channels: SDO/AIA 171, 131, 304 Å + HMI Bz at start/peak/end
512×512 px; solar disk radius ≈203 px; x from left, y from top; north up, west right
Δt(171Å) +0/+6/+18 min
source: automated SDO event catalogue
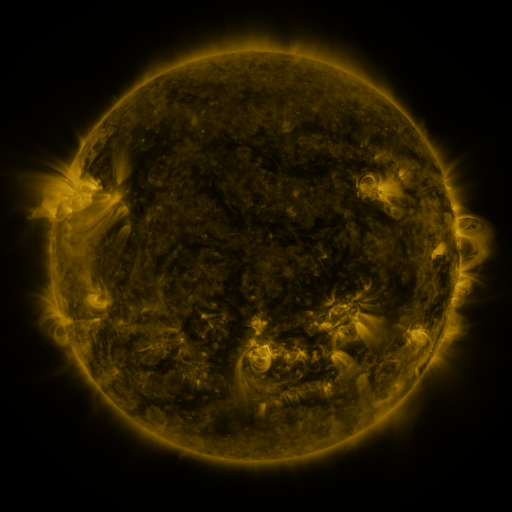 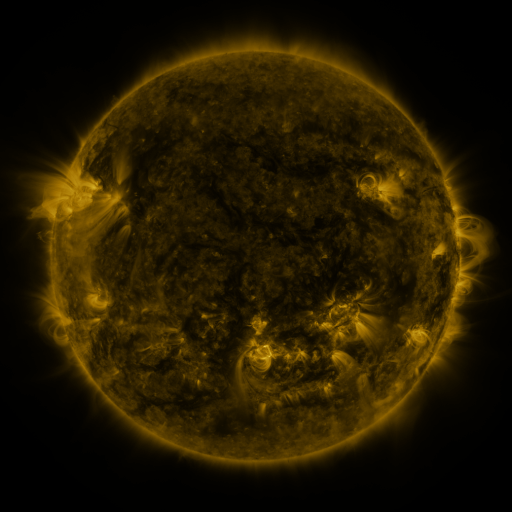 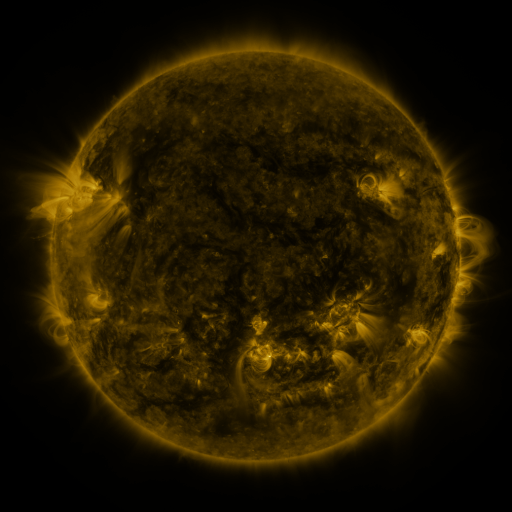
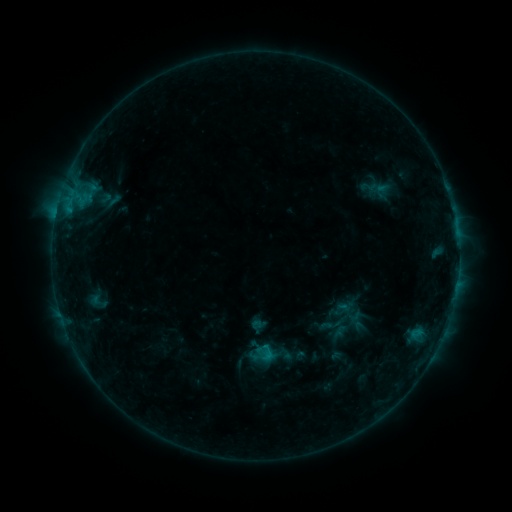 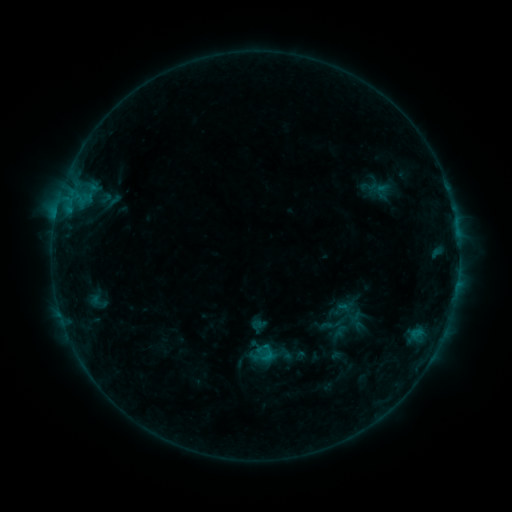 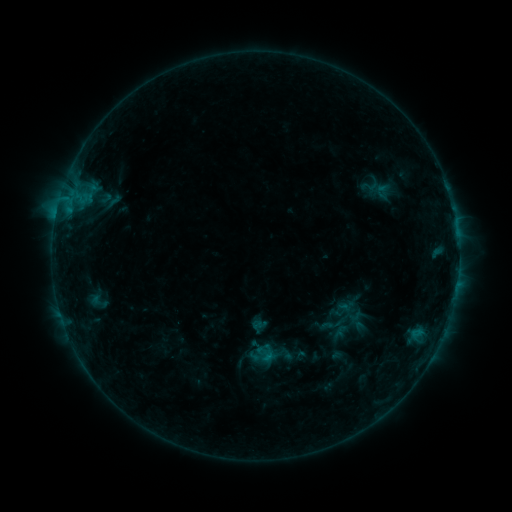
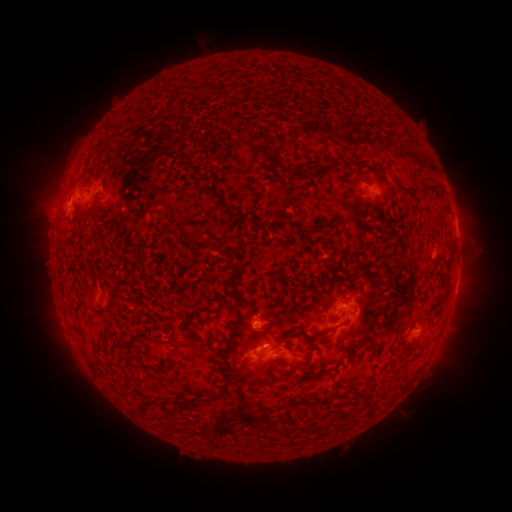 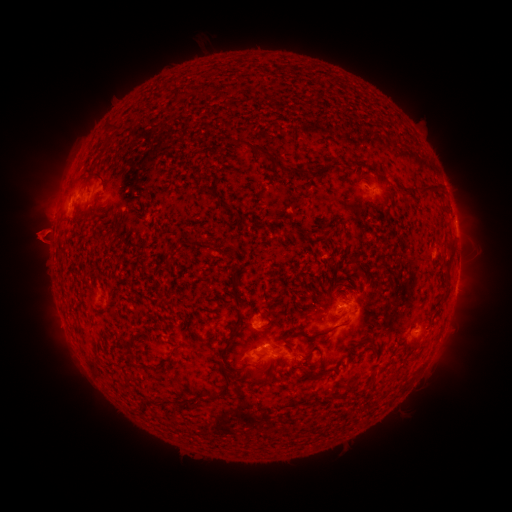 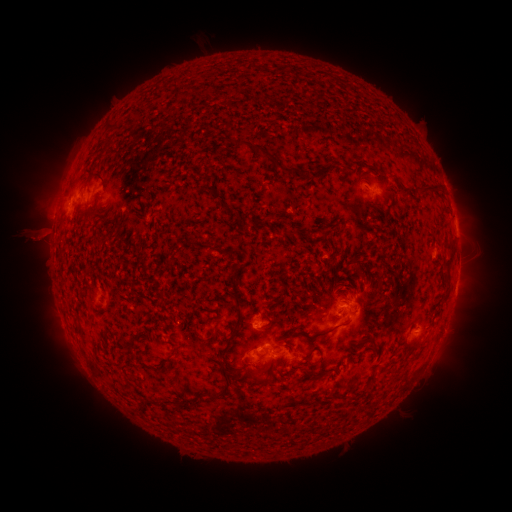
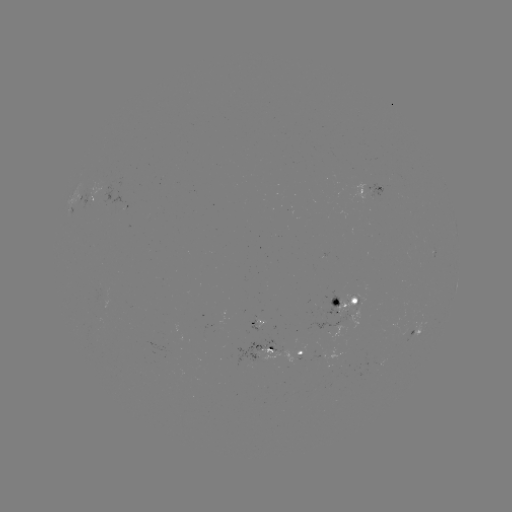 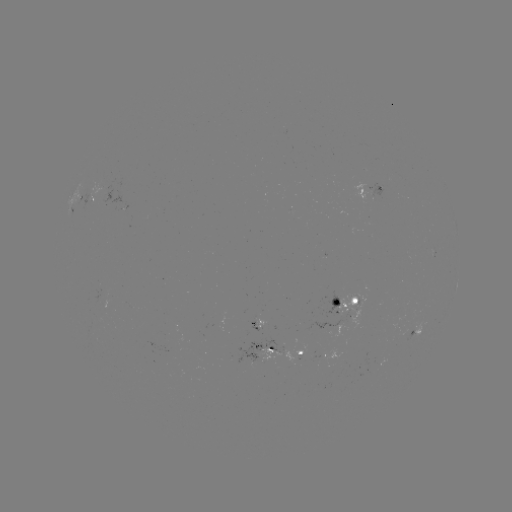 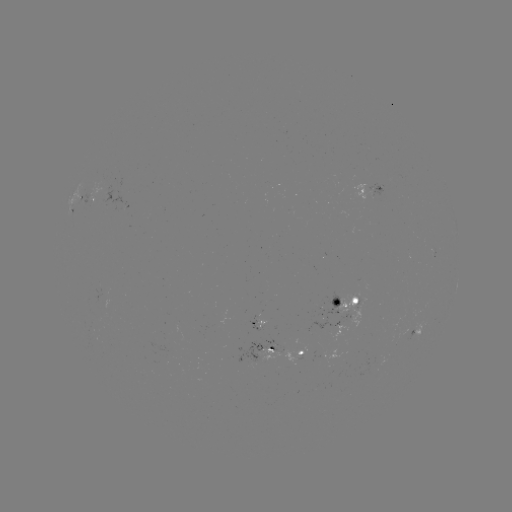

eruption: <bbox>5, 206, 70, 265</bbox>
